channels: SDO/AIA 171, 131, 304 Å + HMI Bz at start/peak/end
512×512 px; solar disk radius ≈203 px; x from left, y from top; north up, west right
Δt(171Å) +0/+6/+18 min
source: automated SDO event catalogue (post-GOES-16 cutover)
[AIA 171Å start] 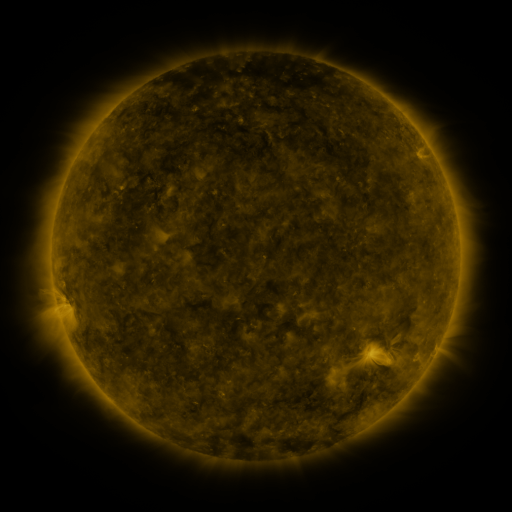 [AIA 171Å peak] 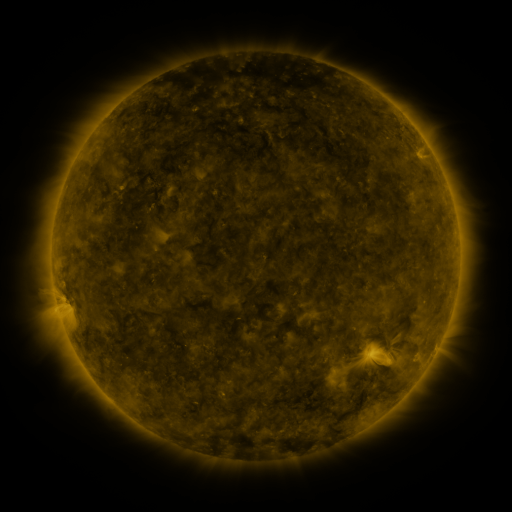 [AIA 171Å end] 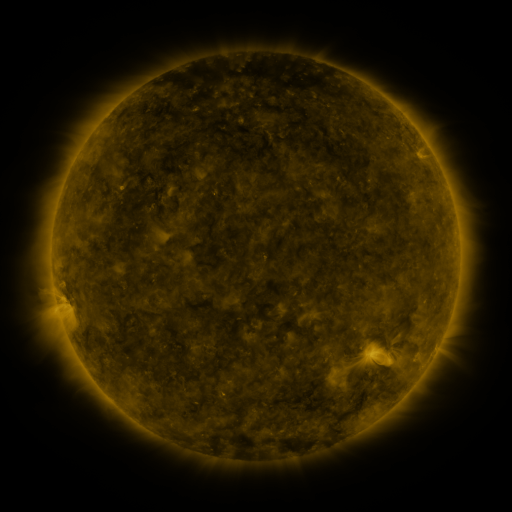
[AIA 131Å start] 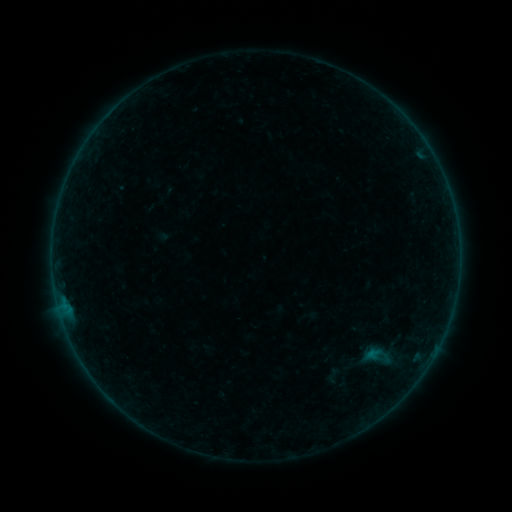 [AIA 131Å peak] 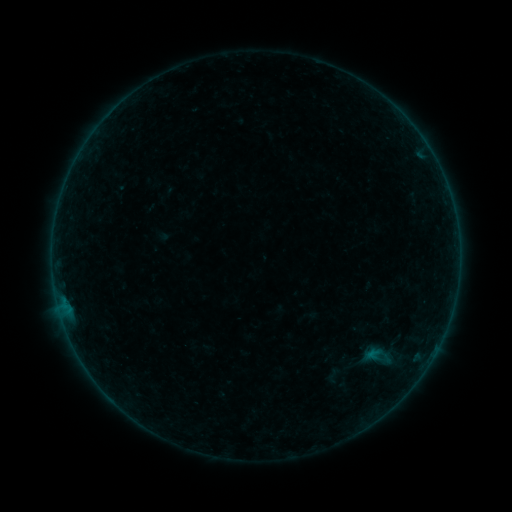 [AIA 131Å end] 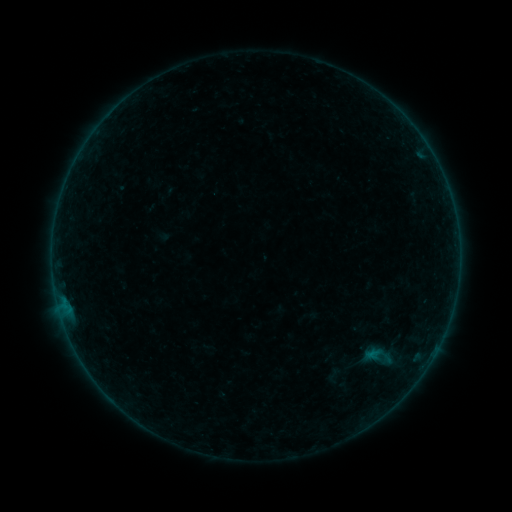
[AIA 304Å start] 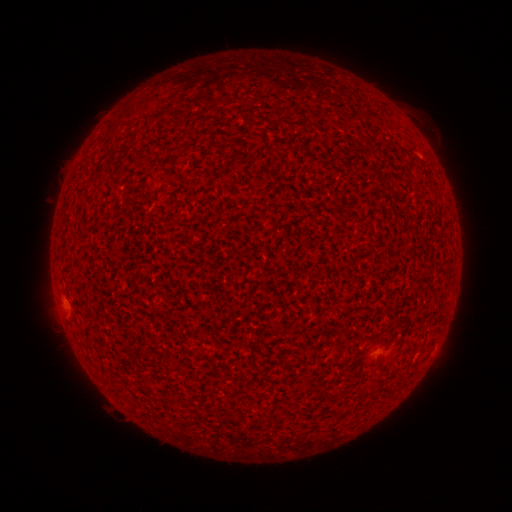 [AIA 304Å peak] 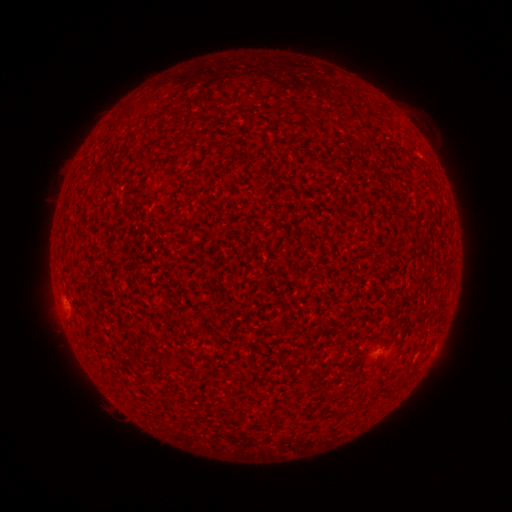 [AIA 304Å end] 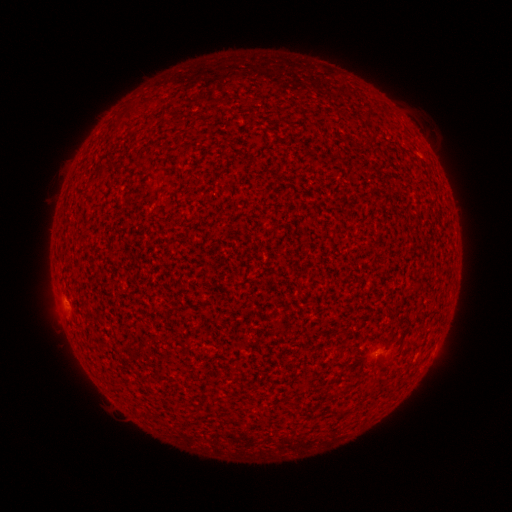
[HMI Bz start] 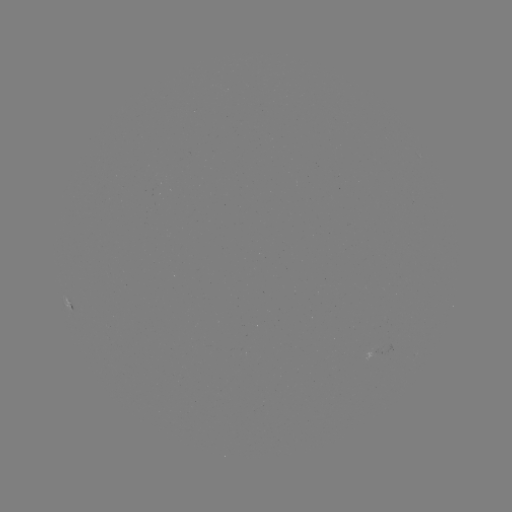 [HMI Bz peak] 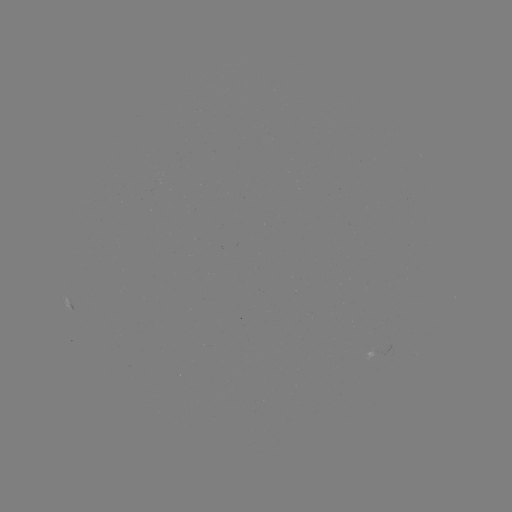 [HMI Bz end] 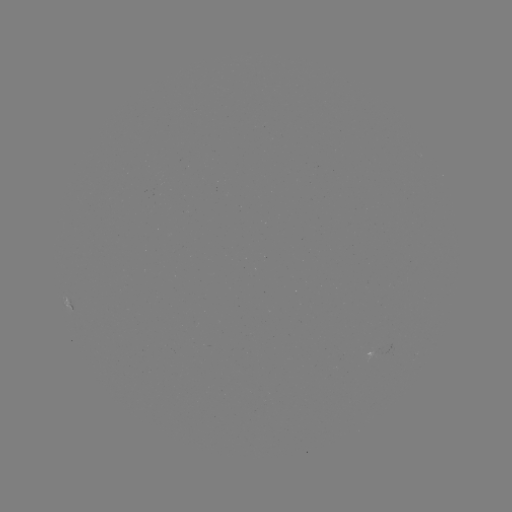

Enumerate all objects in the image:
A5.7 flare: (65, 300)
